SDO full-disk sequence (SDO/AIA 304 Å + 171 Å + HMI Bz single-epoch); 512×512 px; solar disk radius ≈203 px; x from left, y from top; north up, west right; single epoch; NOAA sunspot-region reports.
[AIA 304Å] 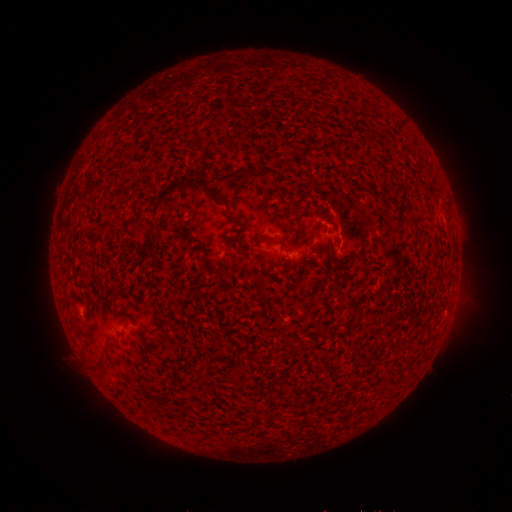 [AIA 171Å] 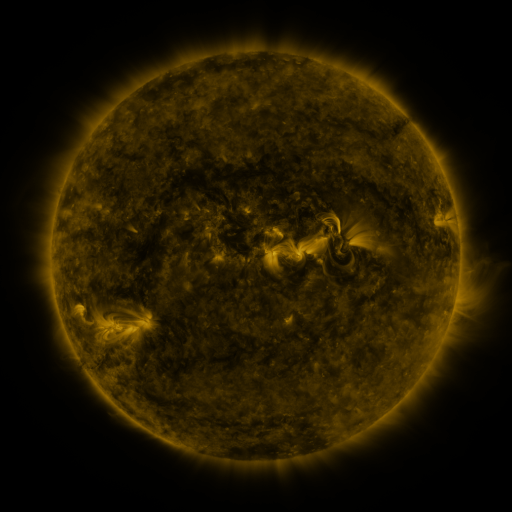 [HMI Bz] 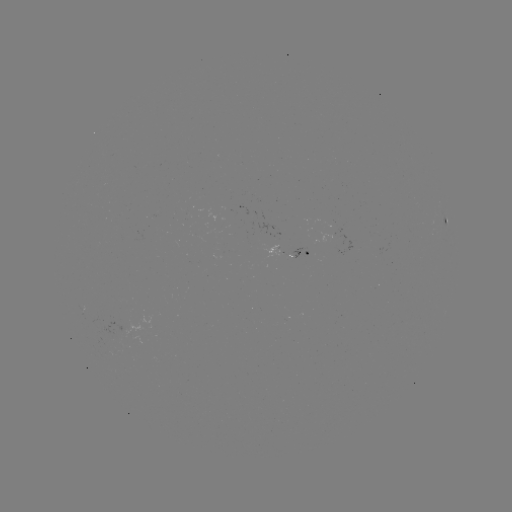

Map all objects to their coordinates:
spotted active region: (445, 216)
spotted active region: (294, 254)
